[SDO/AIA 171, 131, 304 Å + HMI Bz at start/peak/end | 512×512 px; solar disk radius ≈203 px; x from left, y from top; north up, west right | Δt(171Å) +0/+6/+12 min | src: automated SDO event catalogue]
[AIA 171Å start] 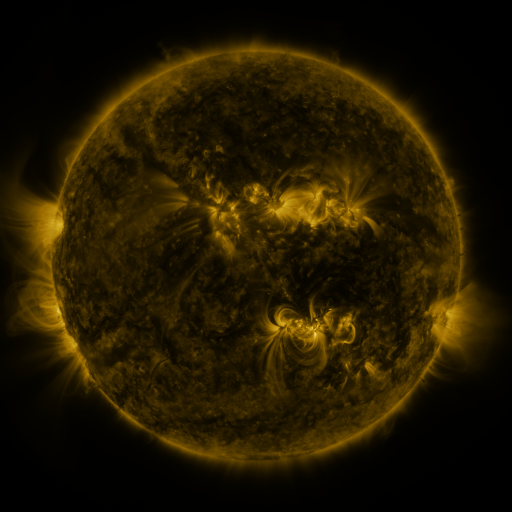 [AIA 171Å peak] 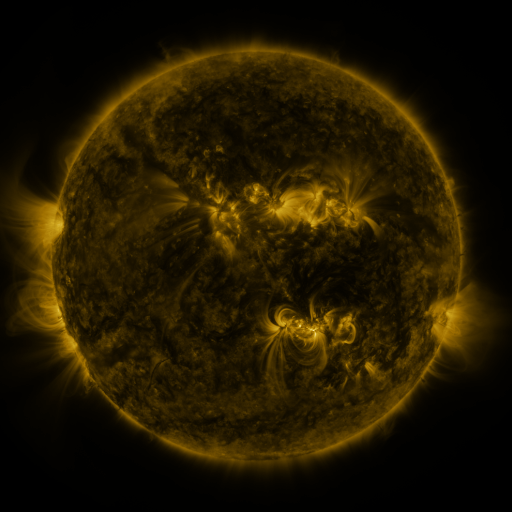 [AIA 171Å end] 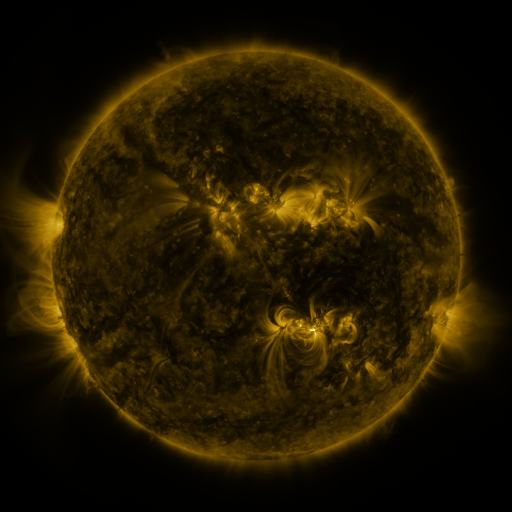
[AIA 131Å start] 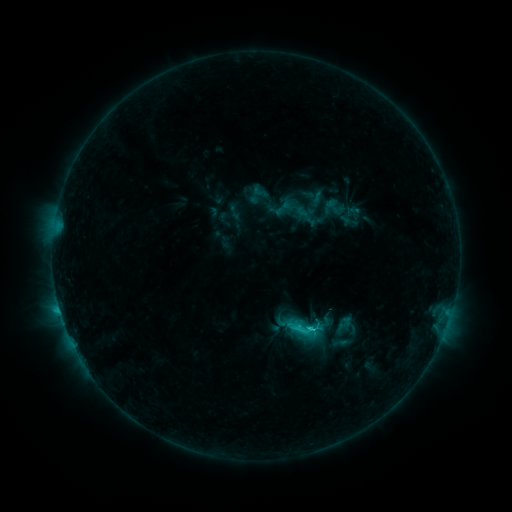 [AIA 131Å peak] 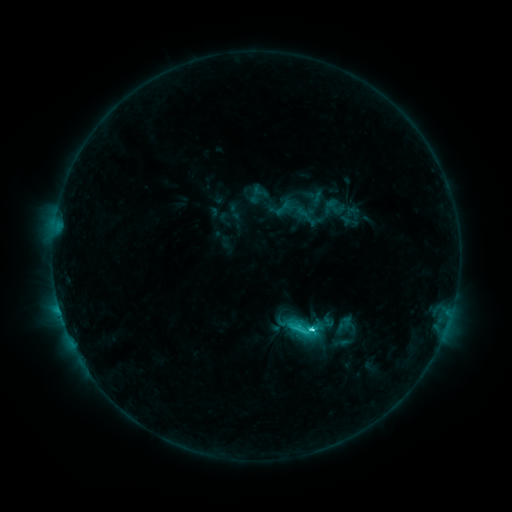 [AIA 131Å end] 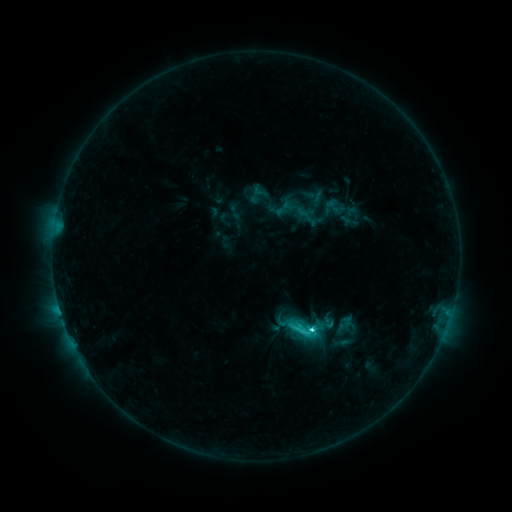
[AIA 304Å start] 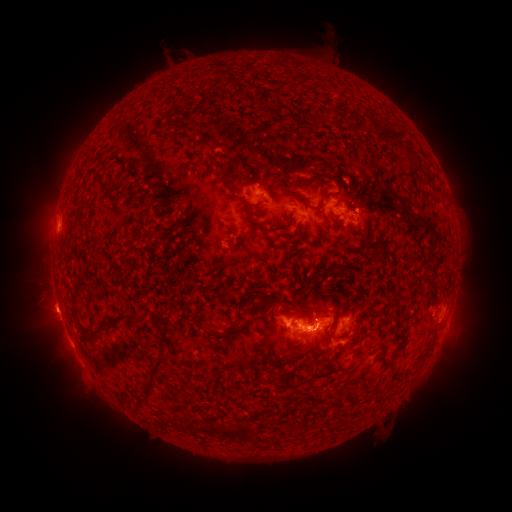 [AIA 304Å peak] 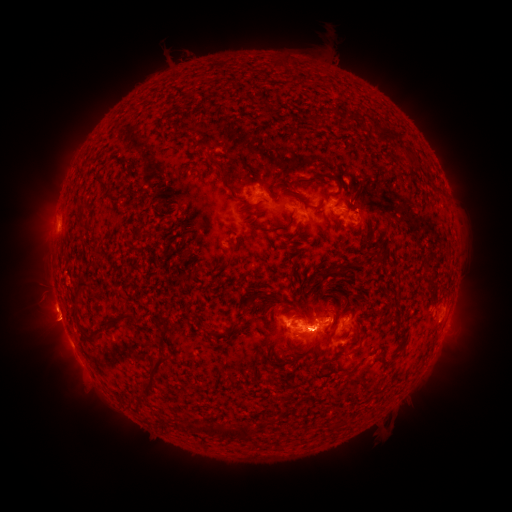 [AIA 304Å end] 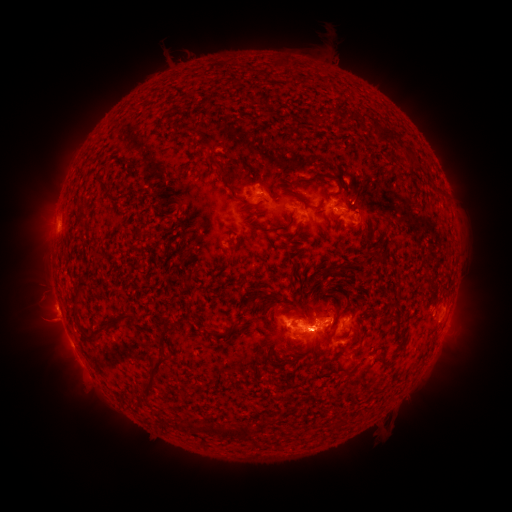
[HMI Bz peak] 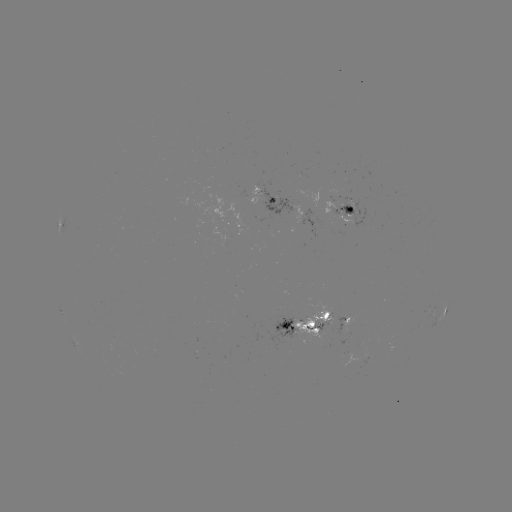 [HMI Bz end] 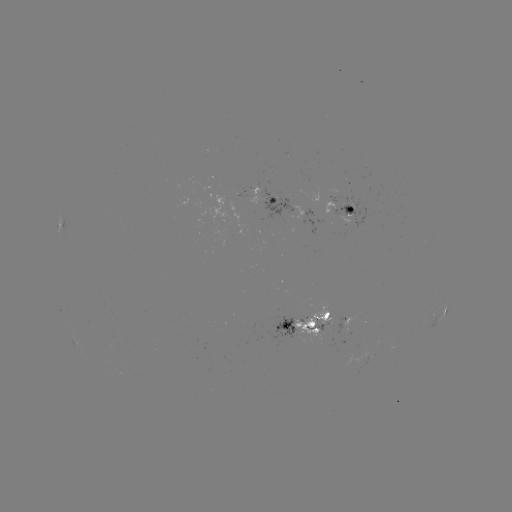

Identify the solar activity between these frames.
eruption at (53, 315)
